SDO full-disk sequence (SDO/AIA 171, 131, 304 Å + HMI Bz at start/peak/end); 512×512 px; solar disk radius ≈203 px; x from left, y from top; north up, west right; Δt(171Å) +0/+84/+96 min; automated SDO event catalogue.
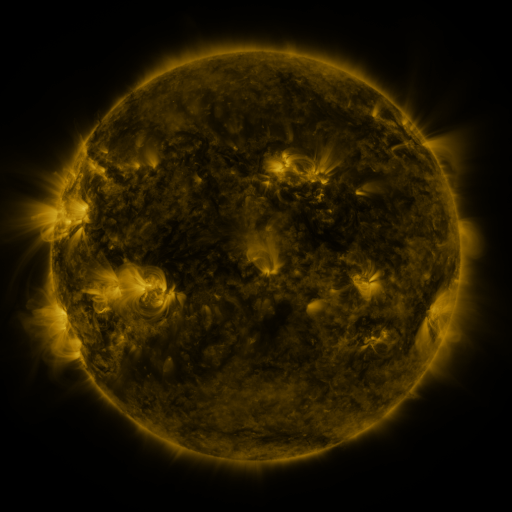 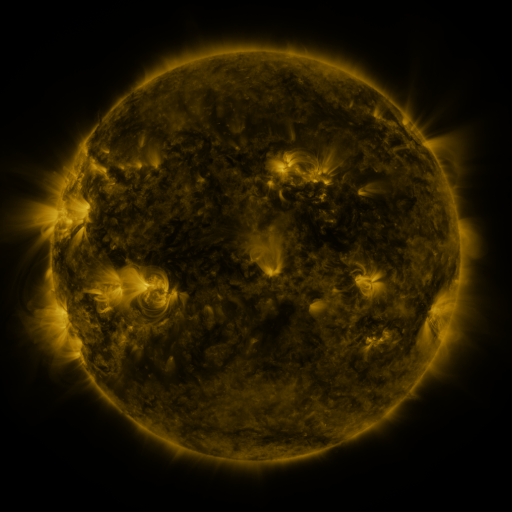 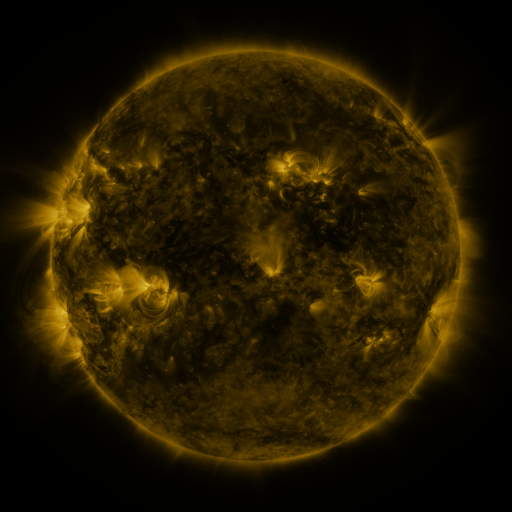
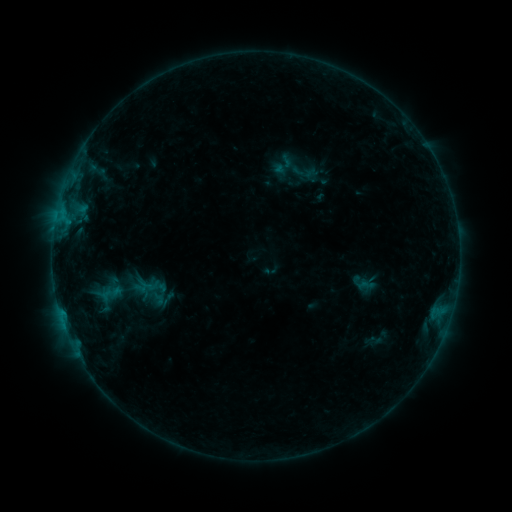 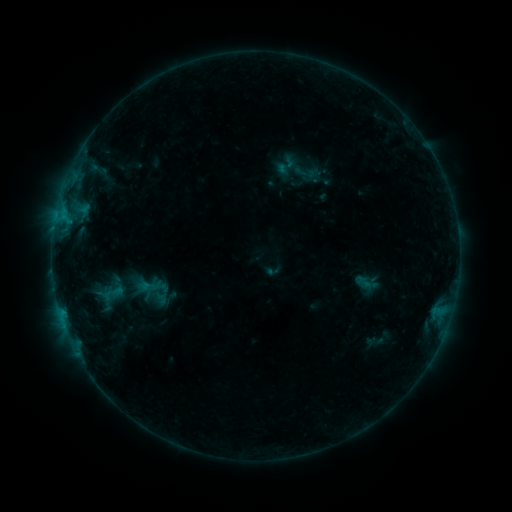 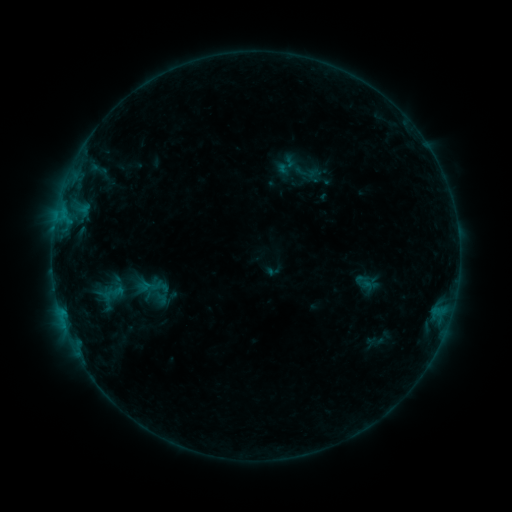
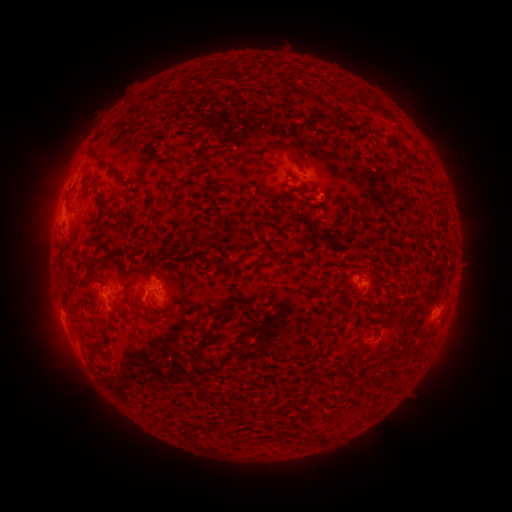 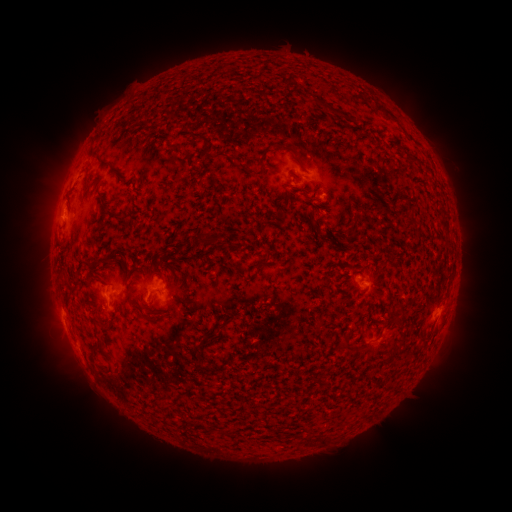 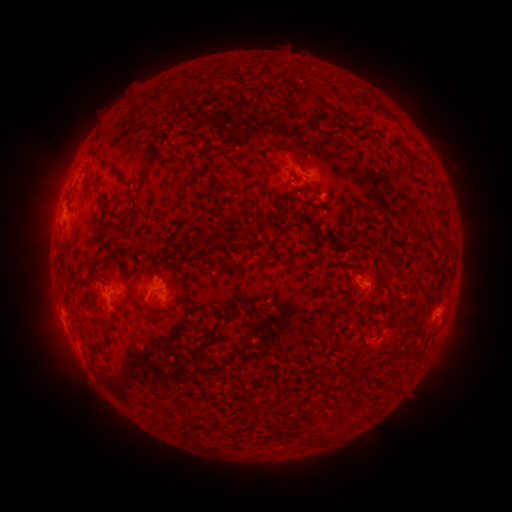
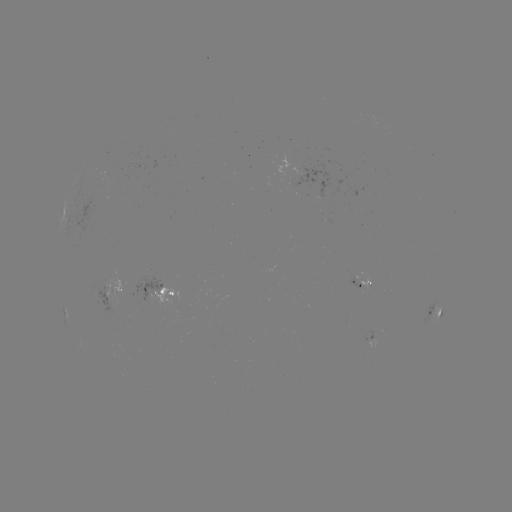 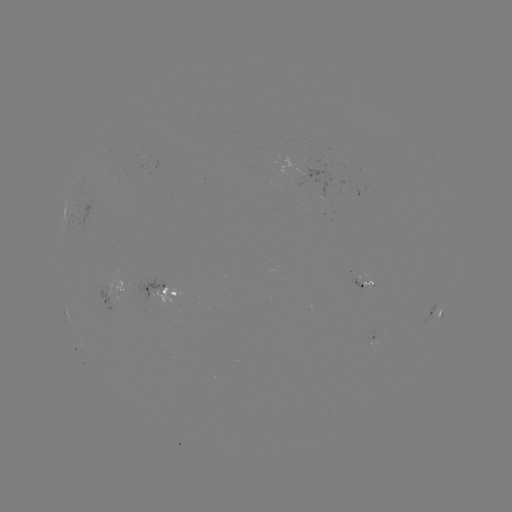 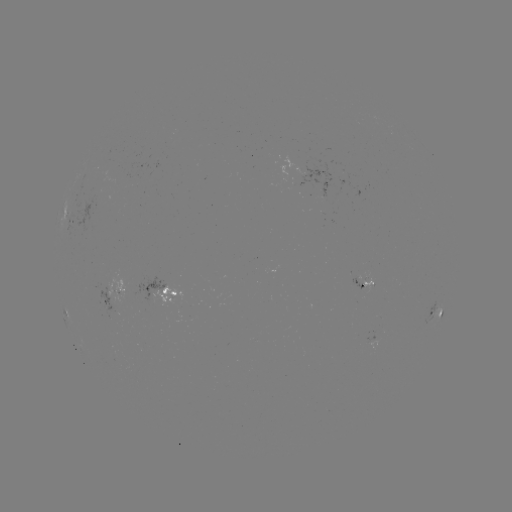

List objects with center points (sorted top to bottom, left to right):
emerging-flux region: (290, 175)
